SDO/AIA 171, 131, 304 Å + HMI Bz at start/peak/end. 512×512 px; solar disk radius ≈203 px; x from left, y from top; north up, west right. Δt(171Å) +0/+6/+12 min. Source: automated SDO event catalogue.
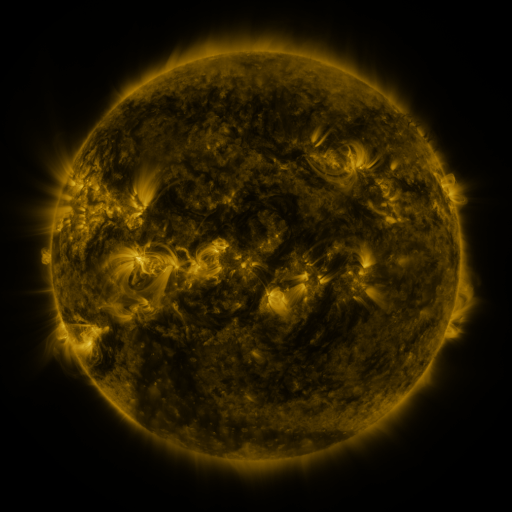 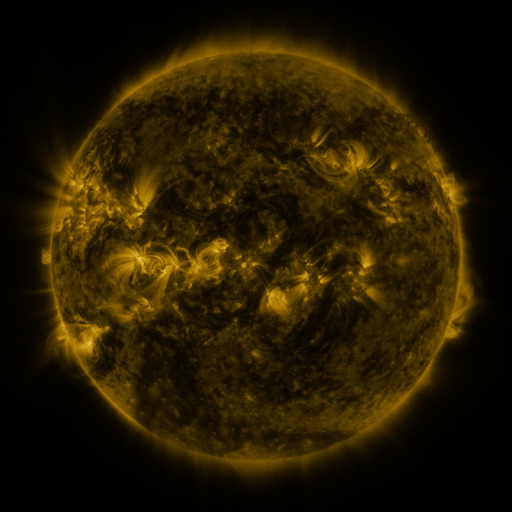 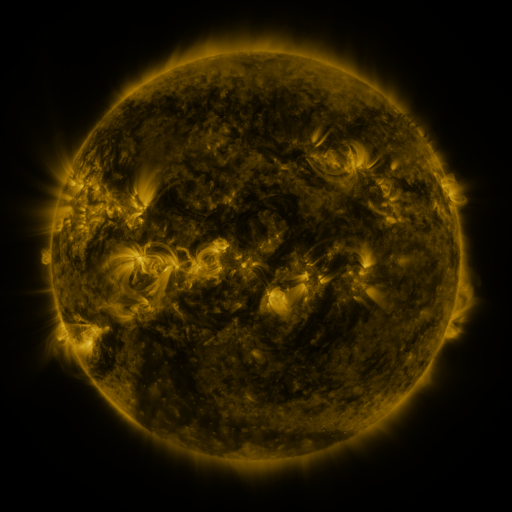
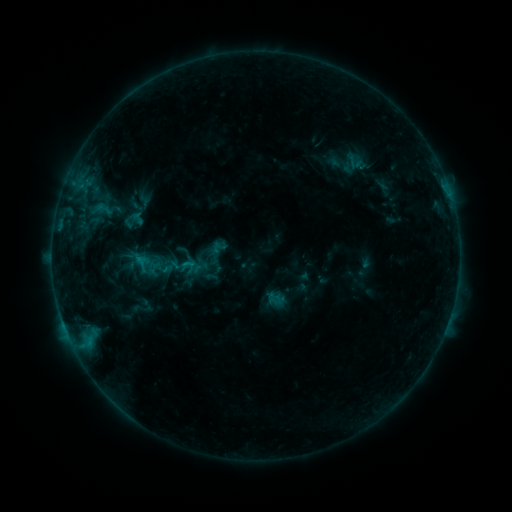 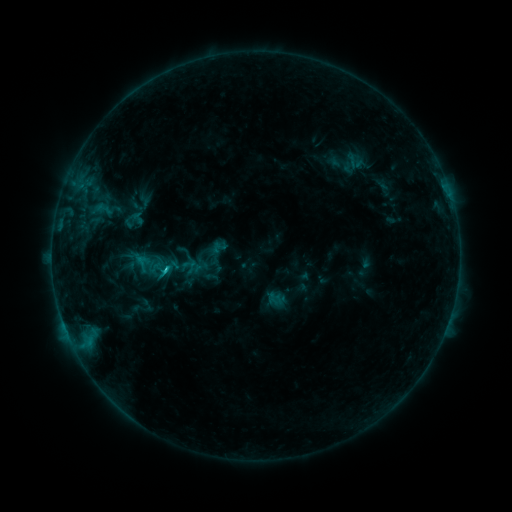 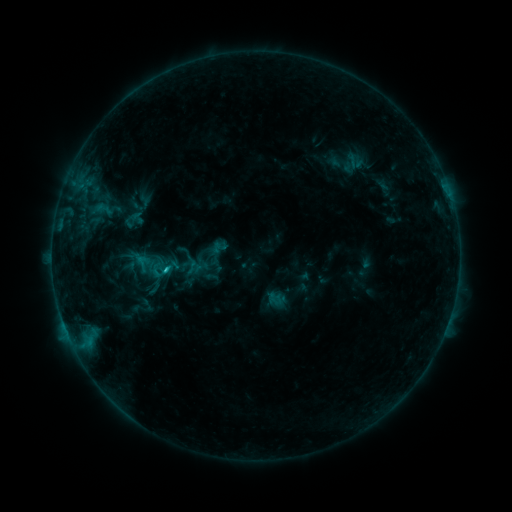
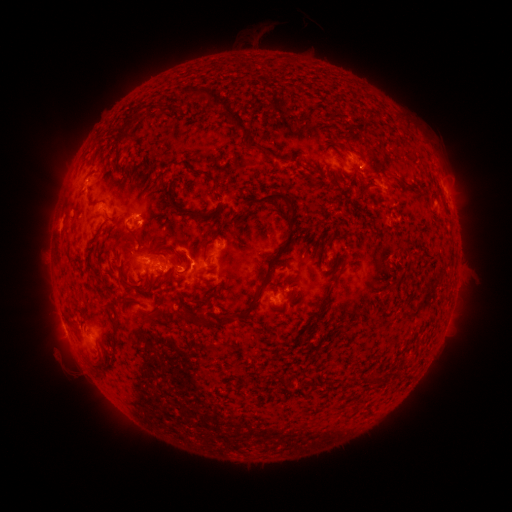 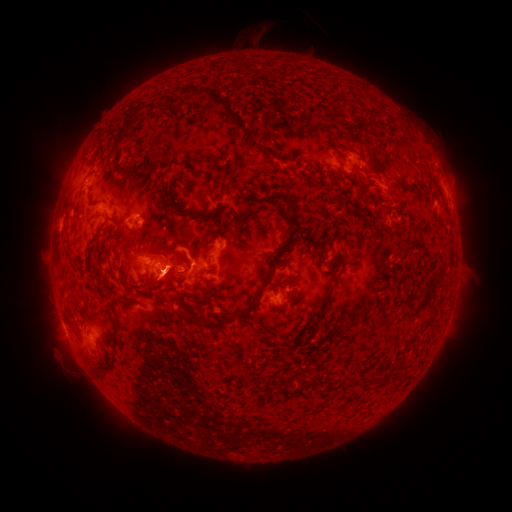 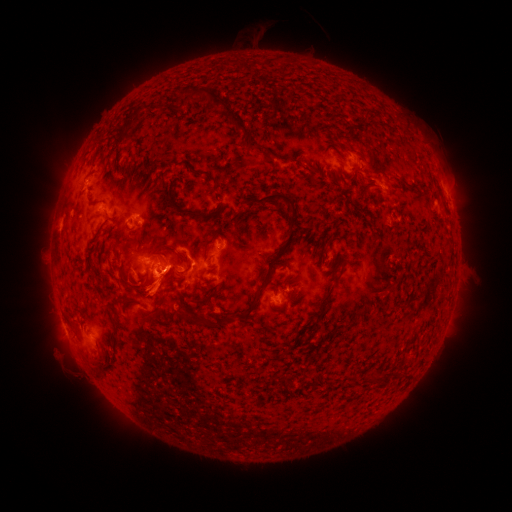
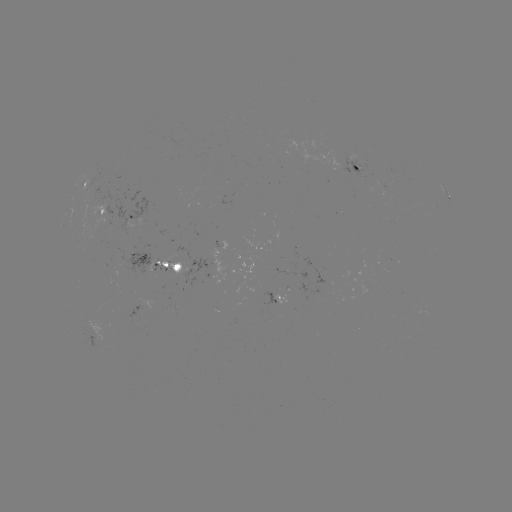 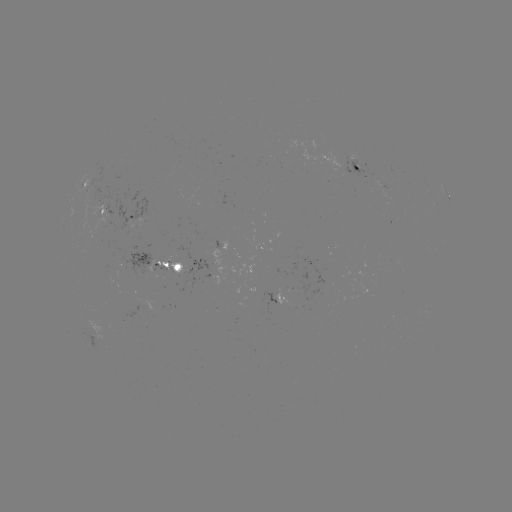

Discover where C1.8 flare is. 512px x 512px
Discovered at [167, 269].